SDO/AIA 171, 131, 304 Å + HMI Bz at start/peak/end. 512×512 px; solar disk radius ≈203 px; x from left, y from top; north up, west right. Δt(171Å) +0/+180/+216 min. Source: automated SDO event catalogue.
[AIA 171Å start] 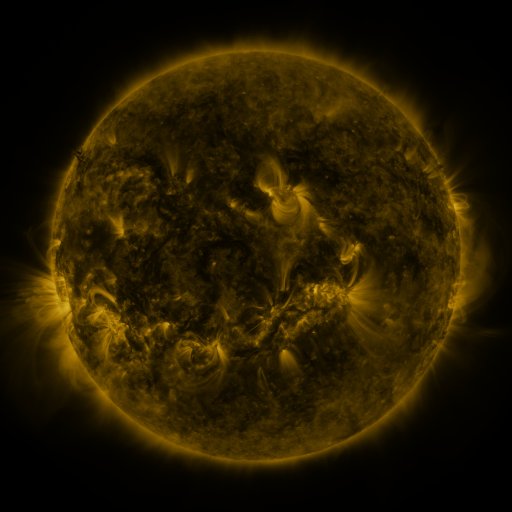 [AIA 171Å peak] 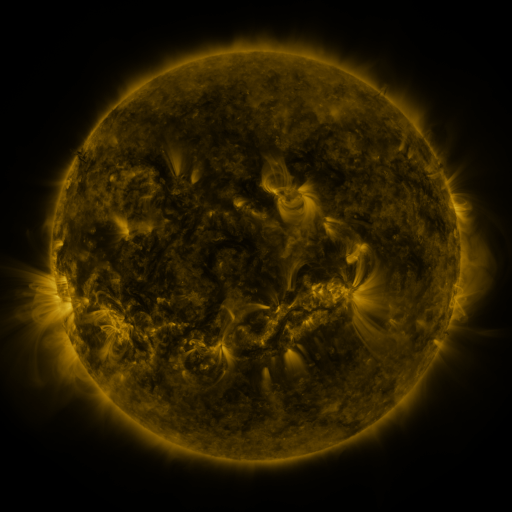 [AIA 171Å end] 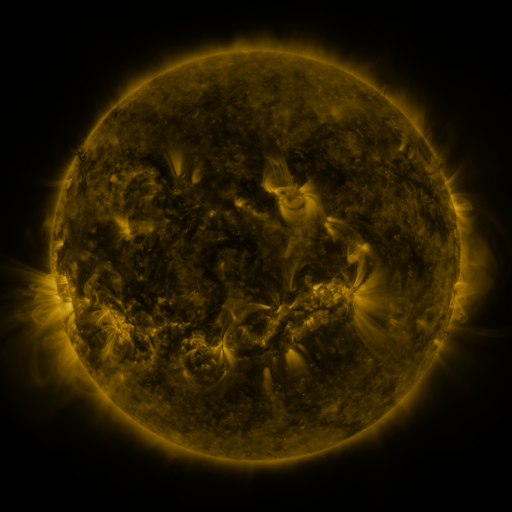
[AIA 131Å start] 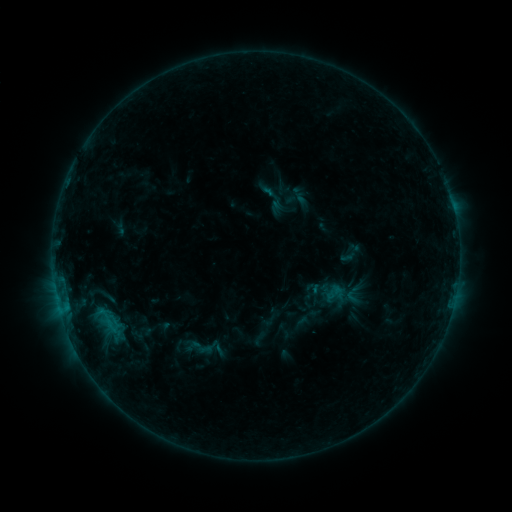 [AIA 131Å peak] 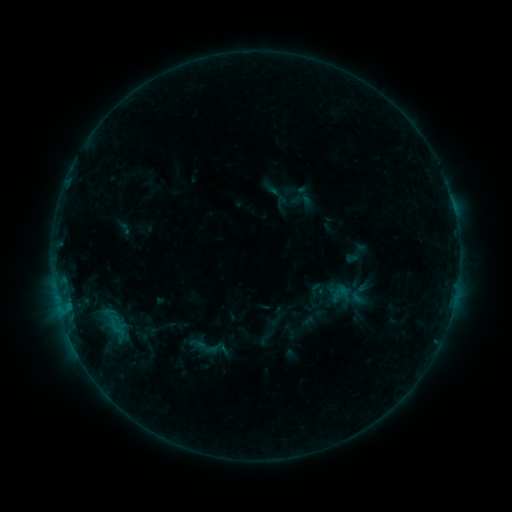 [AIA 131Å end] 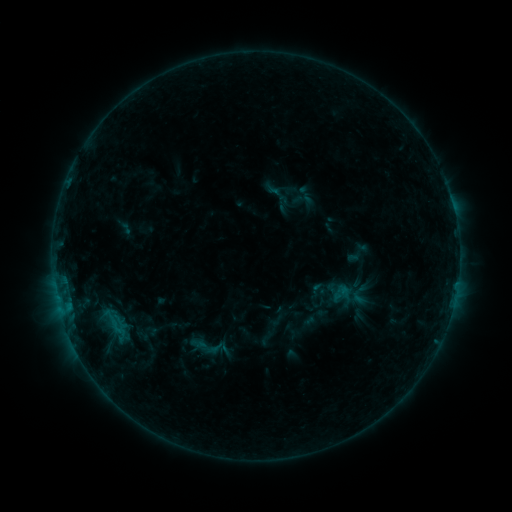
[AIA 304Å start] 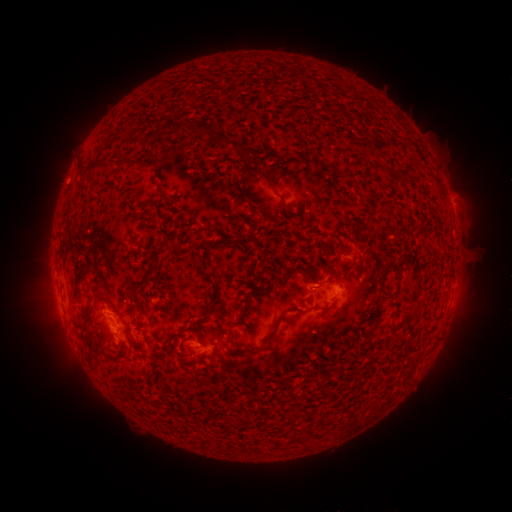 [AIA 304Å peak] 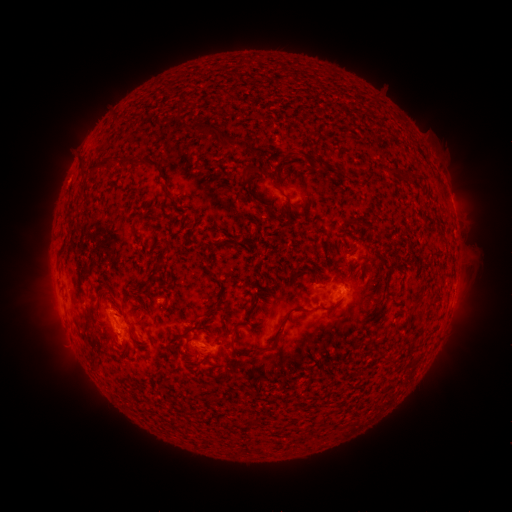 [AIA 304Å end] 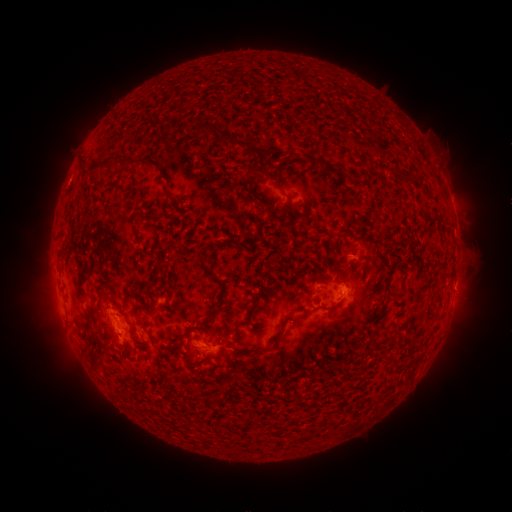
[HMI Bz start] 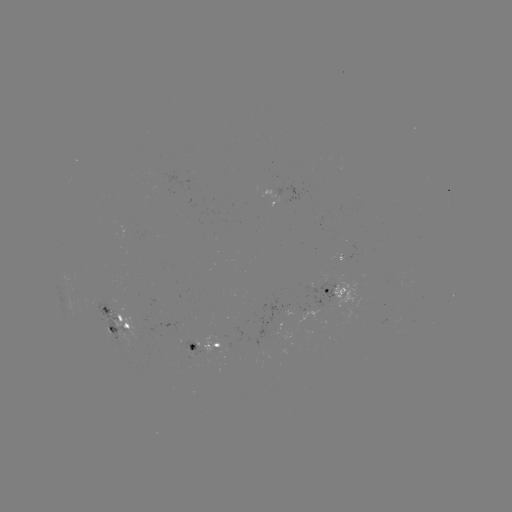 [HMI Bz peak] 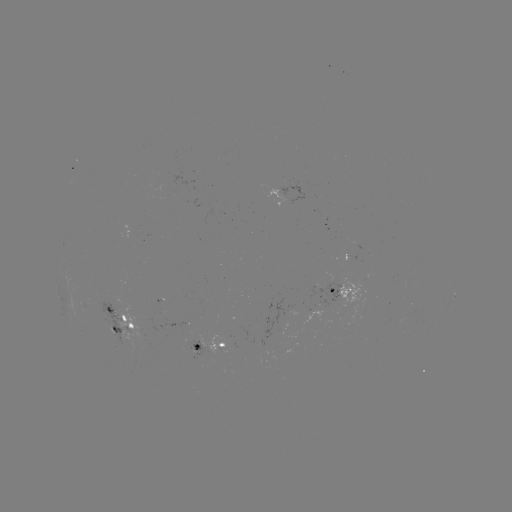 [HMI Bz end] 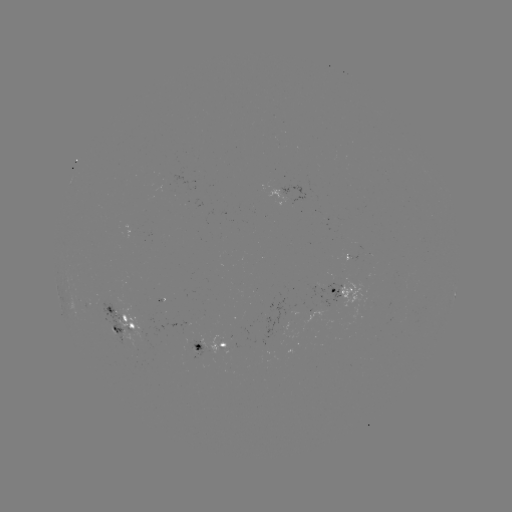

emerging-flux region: [176, 322, 189, 329]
